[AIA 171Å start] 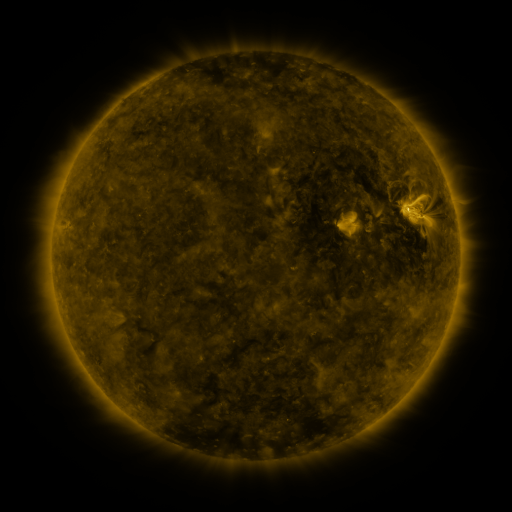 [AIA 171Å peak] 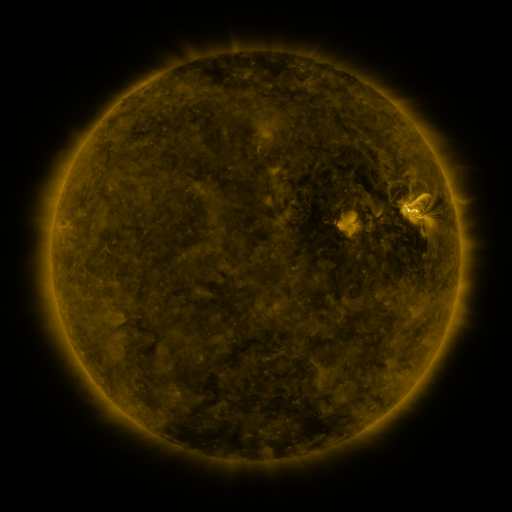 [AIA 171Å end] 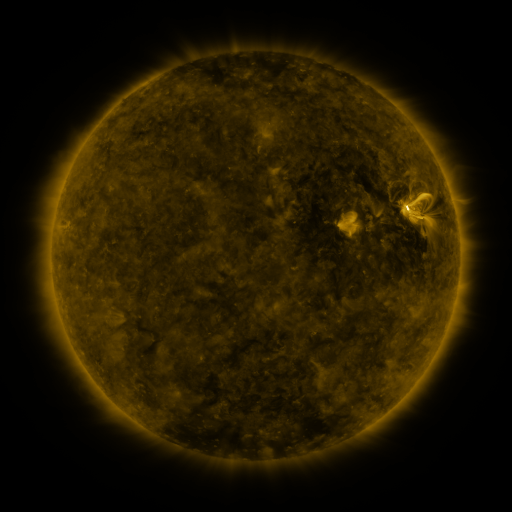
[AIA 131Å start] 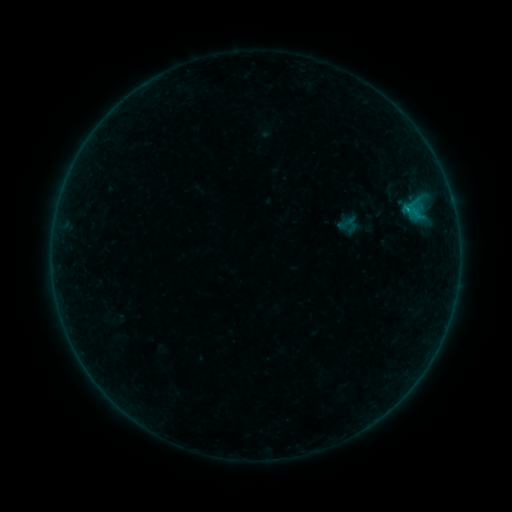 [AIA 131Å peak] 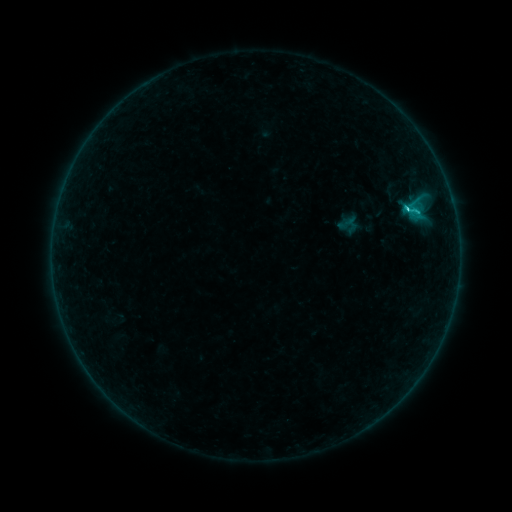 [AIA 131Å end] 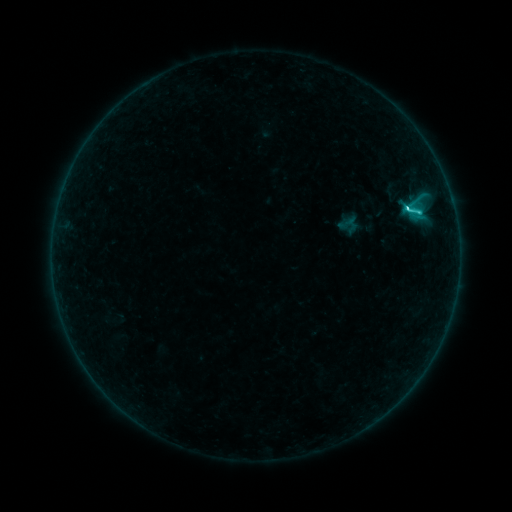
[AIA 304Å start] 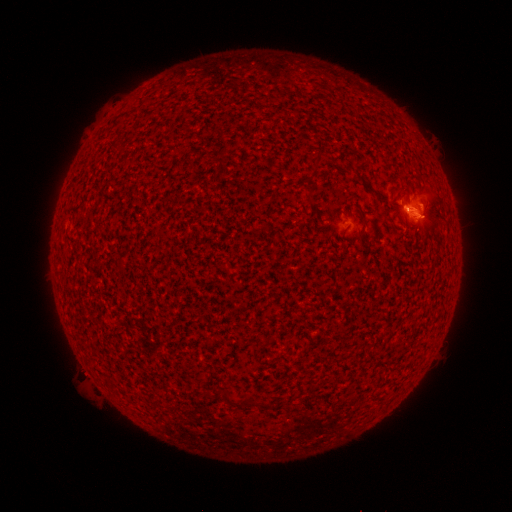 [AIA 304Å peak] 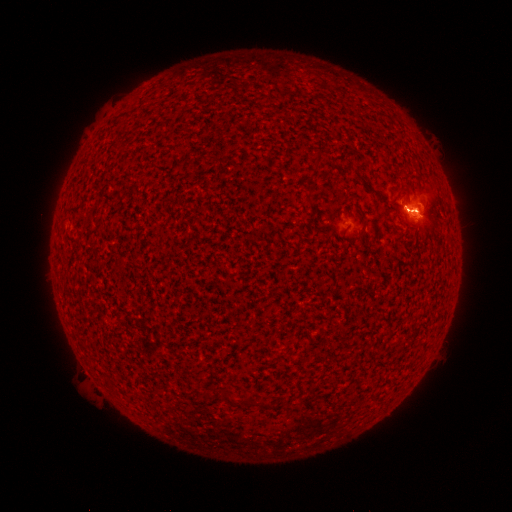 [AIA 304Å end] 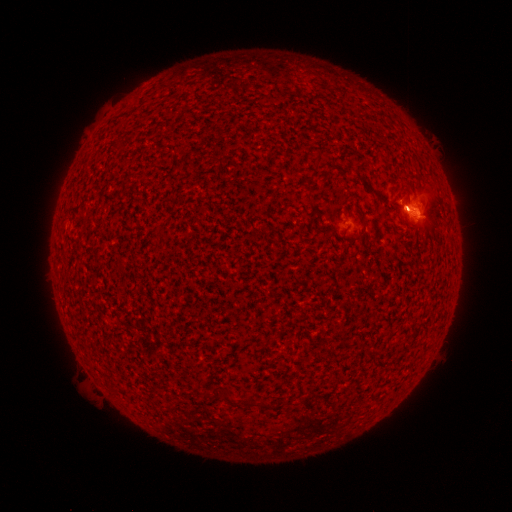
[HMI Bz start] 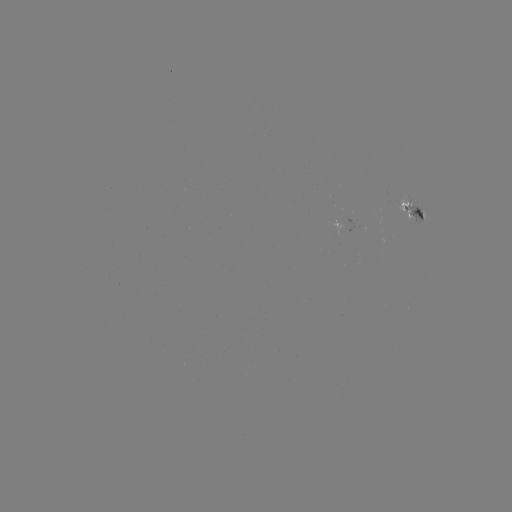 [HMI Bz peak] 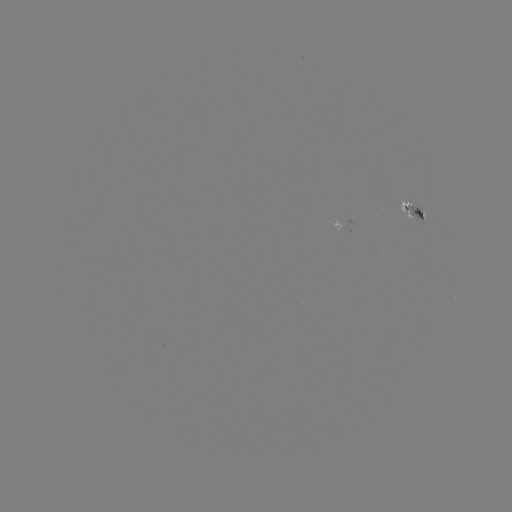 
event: flare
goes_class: C4.8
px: (405, 211)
